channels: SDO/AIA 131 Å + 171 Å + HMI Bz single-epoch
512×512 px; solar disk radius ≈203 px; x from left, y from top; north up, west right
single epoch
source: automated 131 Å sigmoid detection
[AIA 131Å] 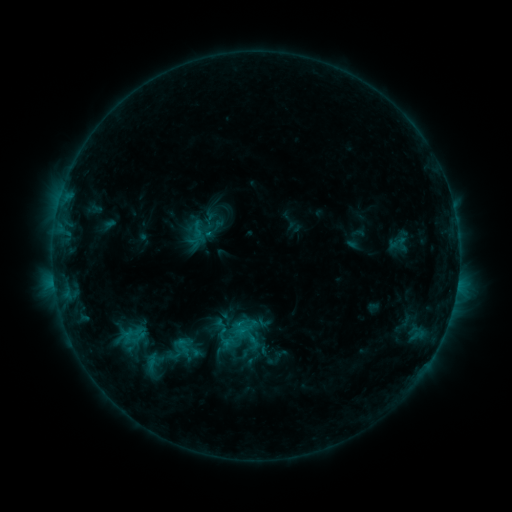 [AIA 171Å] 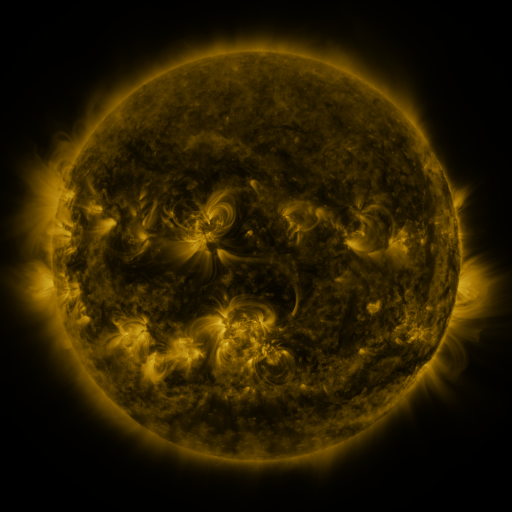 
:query sigmoid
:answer [202, 230]